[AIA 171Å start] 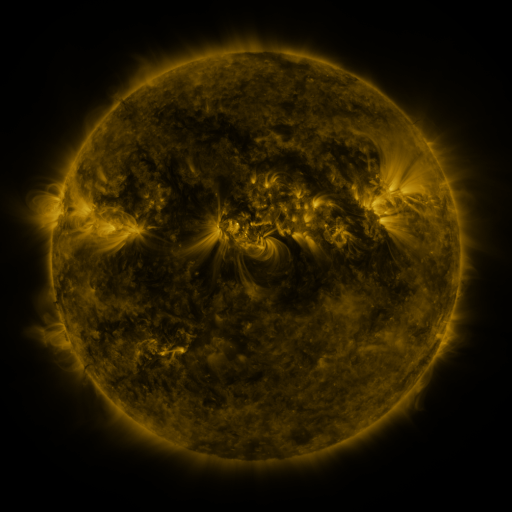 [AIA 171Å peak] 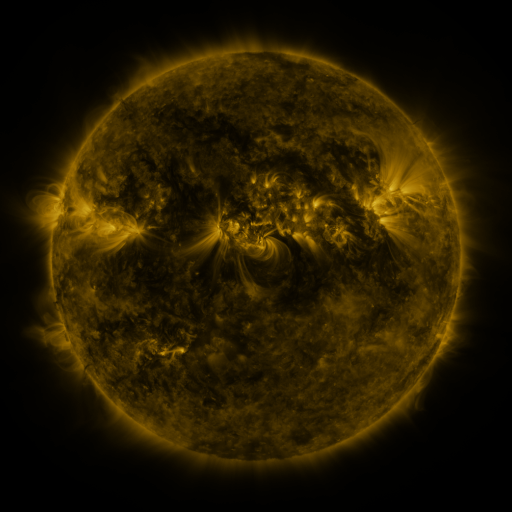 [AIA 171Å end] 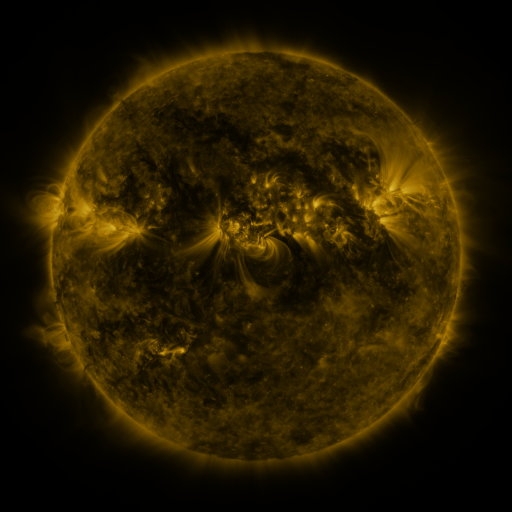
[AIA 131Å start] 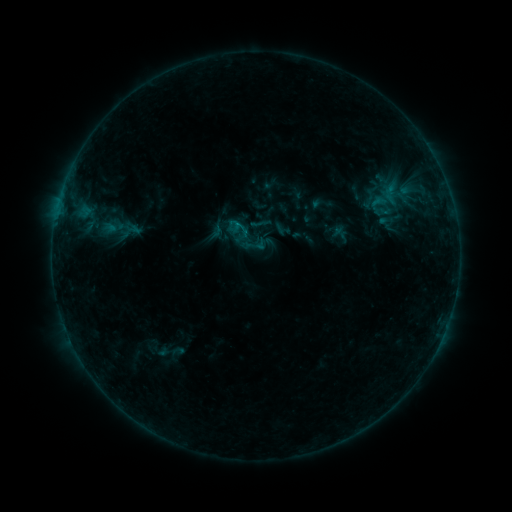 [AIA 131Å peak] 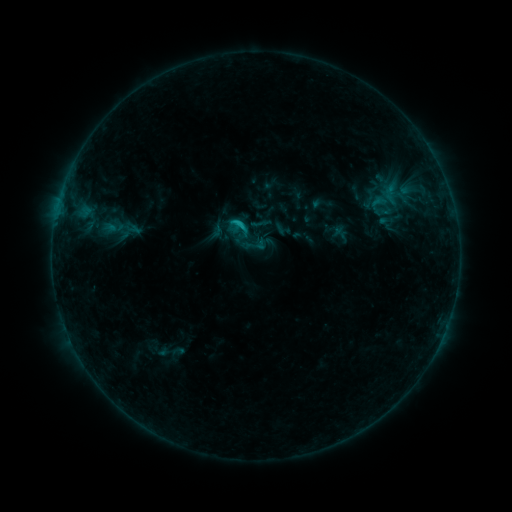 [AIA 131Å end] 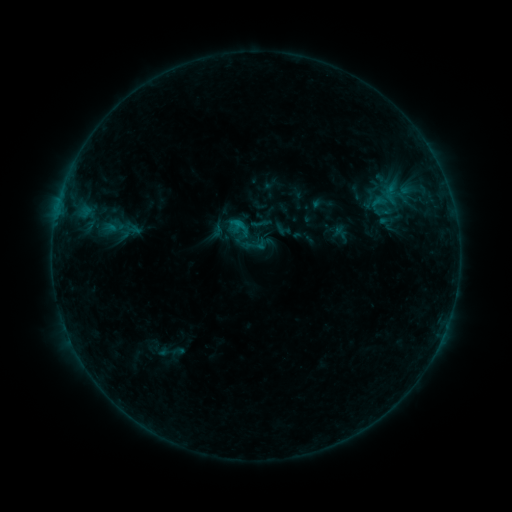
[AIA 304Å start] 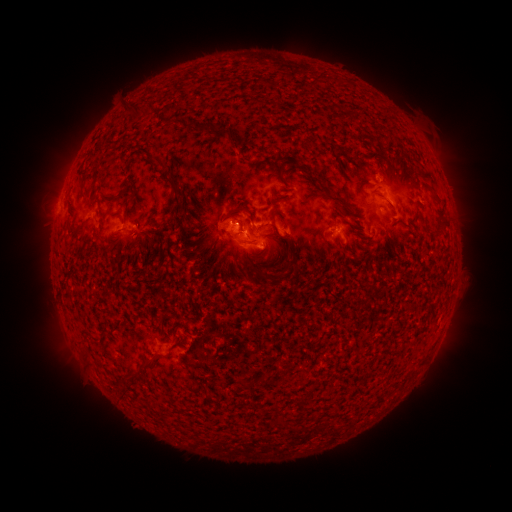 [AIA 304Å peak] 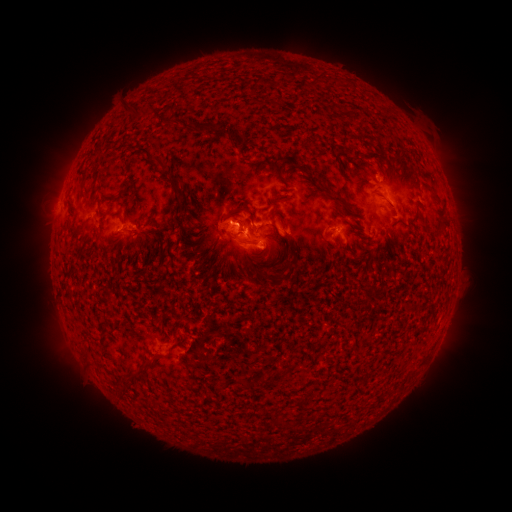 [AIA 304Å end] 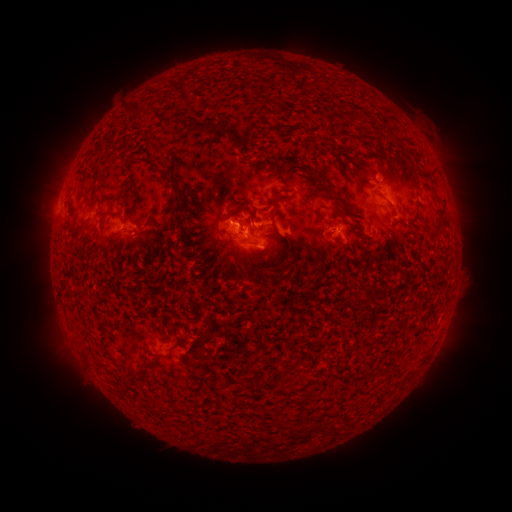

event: flare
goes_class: B9.7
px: (238, 226)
